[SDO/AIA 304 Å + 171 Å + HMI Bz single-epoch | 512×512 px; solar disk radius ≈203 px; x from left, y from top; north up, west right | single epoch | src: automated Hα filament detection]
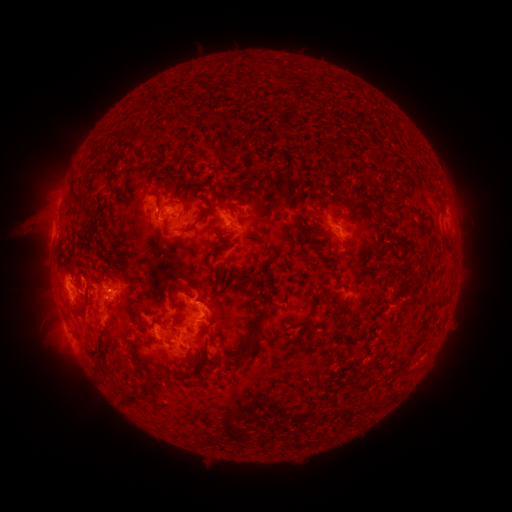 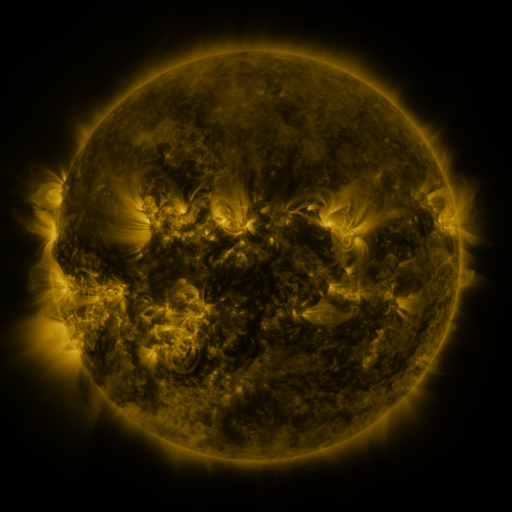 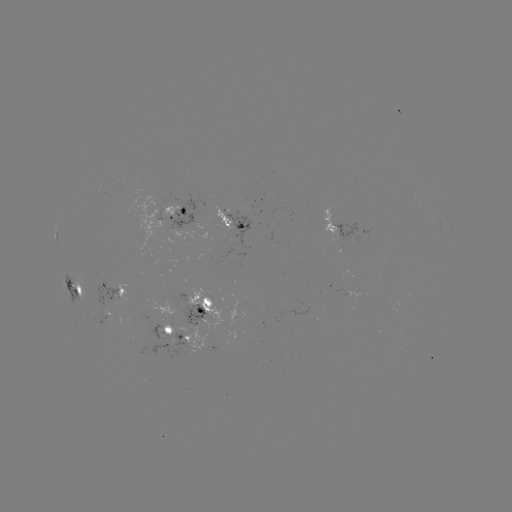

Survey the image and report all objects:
filament: (131, 136)
filament: (100, 153)
filament: (229, 153)
filament: (142, 168)
filament: (201, 185)
filament: (238, 198)
filament: (75, 204)
filament: (230, 205)
filament: (156, 206)
filament: (206, 211)
filament: (85, 213)
filament: (379, 213)
filament: (165, 229)
filament: (96, 243)
filament: (381, 250)
filament: (215, 254)
filament: (72, 272)
filament: (212, 276)
filament: (259, 281)
filament: (178, 289)
filament: (443, 290)
filament: (213, 296)
filament: (183, 307)
filament: (425, 317)
filament: (326, 329)
filament: (309, 333)
filament: (245, 340)
filament: (257, 341)
filament: (416, 343)
filament: (136, 348)
filament: (190, 358)
filament: (141, 398)
